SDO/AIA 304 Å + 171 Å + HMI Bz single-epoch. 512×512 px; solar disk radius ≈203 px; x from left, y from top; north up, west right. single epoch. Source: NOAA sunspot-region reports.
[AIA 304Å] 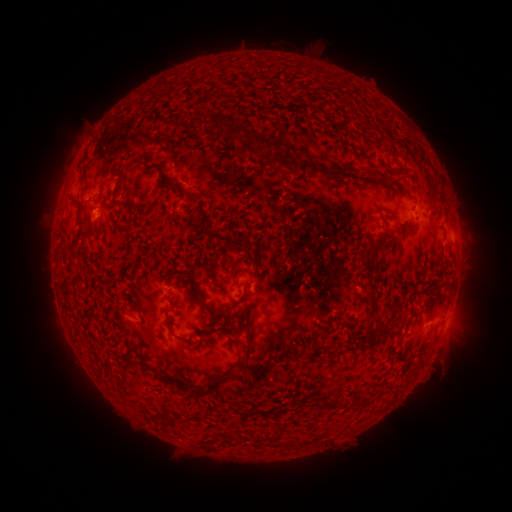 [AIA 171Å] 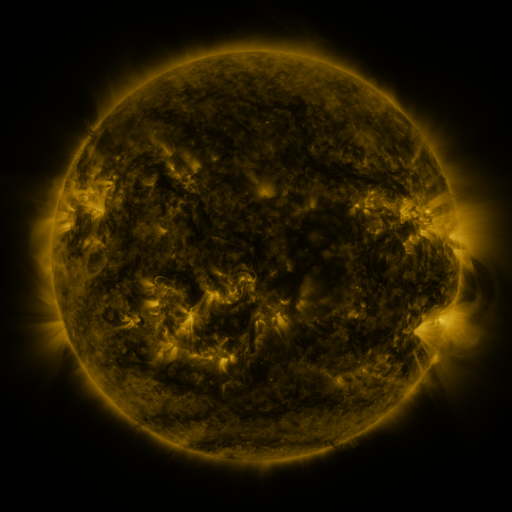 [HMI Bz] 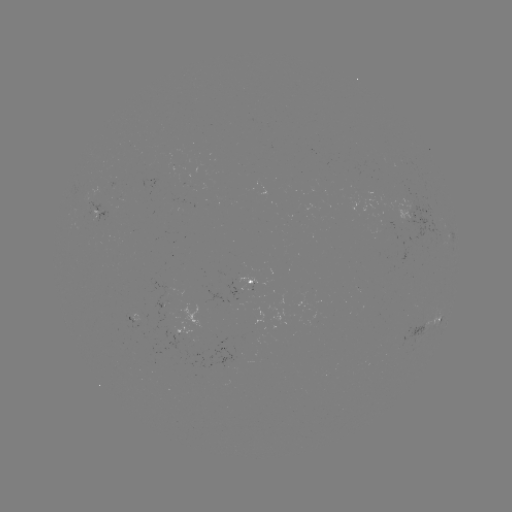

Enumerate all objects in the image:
spotted active region: (101, 211)
spotted active region: (426, 212)
spotted active region: (256, 281)
spotted active region: (139, 316)
spotted active region: (441, 318)
spotted active region: (188, 329)
